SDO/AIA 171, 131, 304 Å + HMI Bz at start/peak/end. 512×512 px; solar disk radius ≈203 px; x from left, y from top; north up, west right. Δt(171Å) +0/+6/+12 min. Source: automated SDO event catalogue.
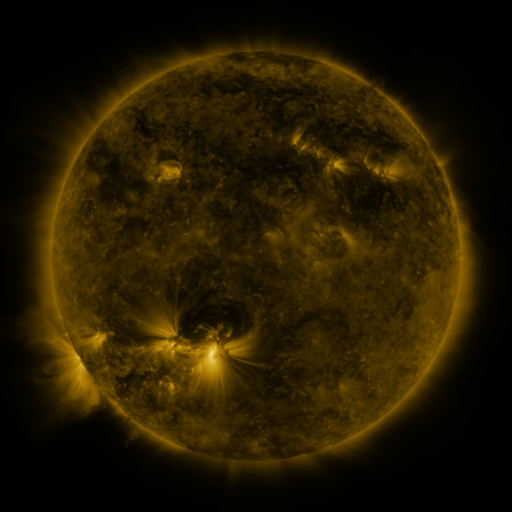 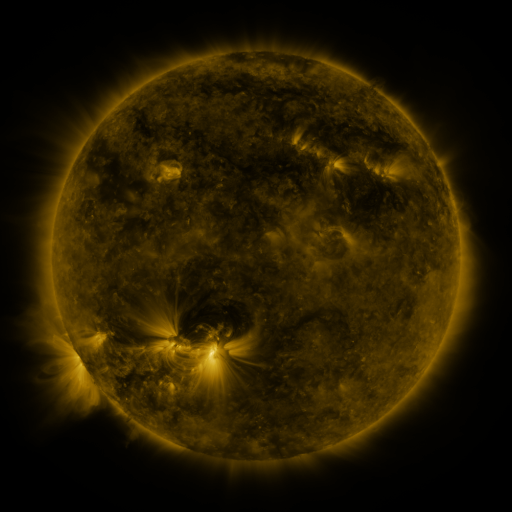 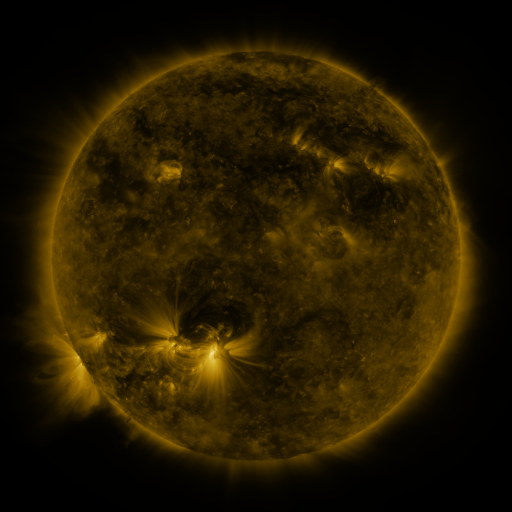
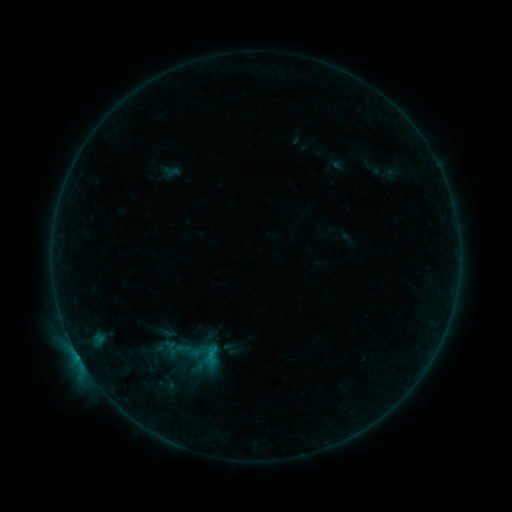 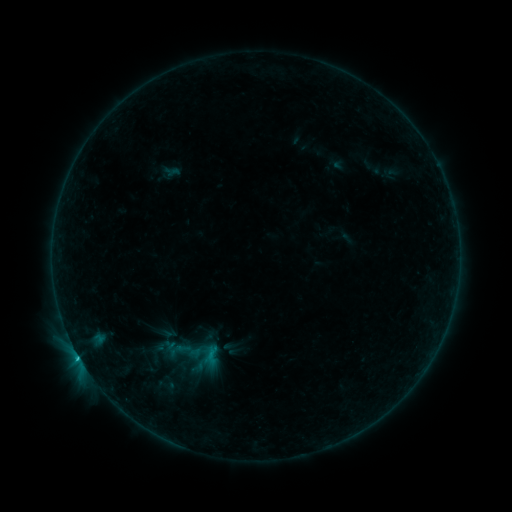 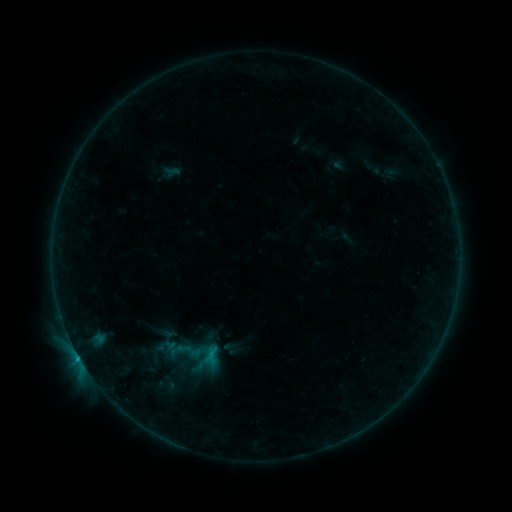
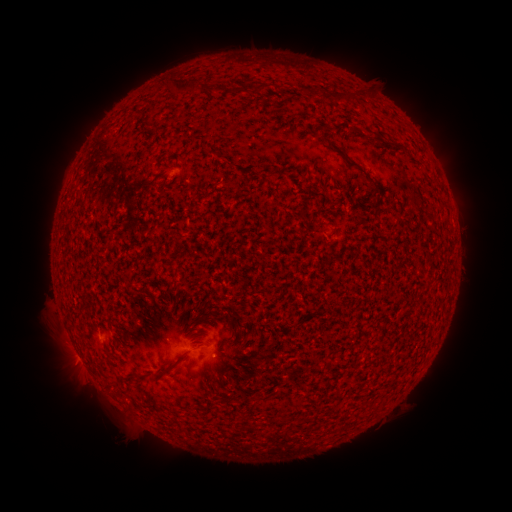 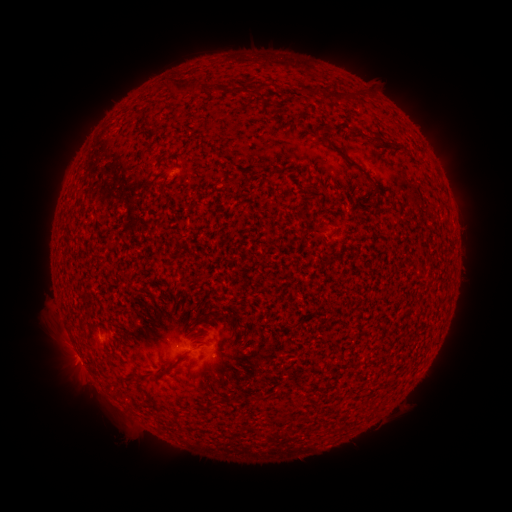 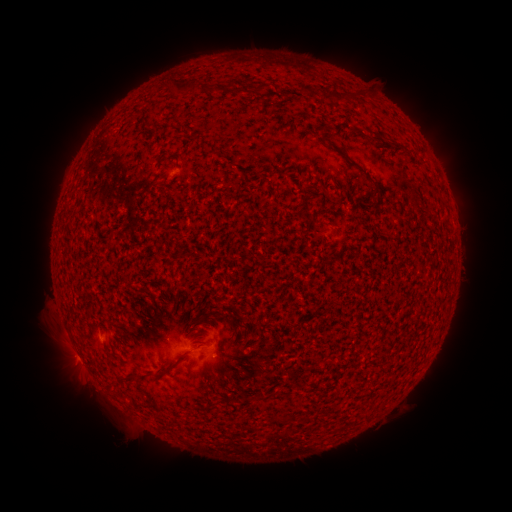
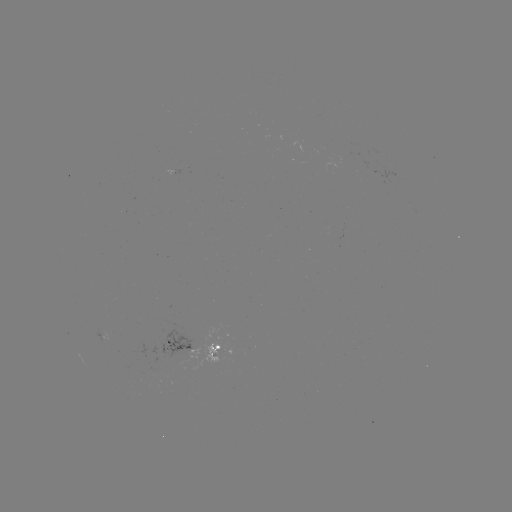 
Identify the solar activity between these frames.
B5.3 flare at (78, 355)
